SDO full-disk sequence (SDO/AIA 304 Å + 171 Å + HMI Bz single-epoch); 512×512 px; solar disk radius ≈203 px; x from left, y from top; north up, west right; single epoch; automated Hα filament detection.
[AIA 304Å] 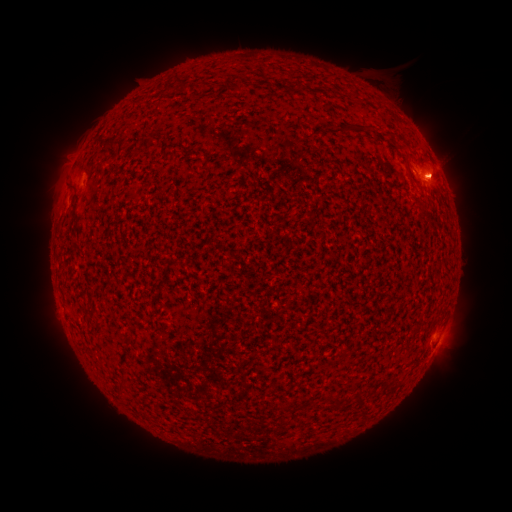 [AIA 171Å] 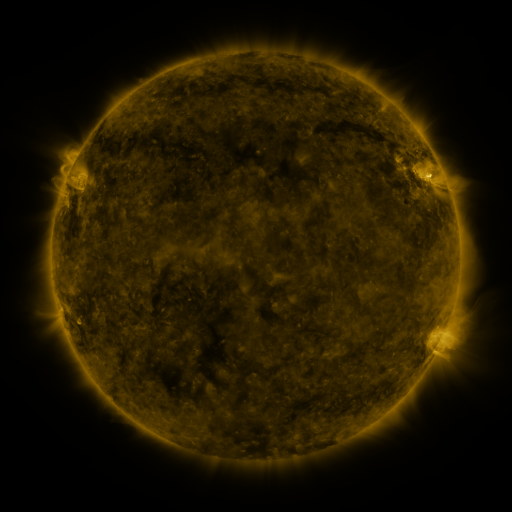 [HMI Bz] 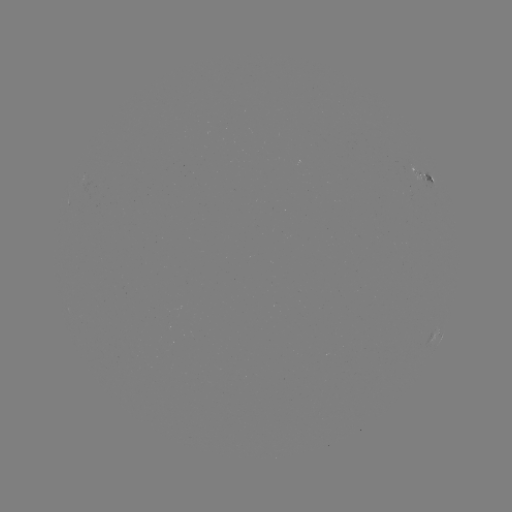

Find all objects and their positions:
filament: <bbox>343, 125, 359, 134</bbox>
filament: <bbox>112, 136, 129, 145</bbox>
filament: <bbox>70, 182, 79, 207</bbox>
filament: <bbox>125, 321, 138, 329</bbox>
filament: <bbox>327, 397, 340, 411</bbox>
